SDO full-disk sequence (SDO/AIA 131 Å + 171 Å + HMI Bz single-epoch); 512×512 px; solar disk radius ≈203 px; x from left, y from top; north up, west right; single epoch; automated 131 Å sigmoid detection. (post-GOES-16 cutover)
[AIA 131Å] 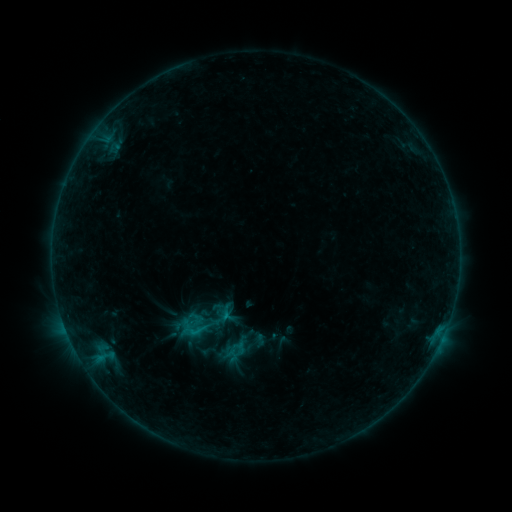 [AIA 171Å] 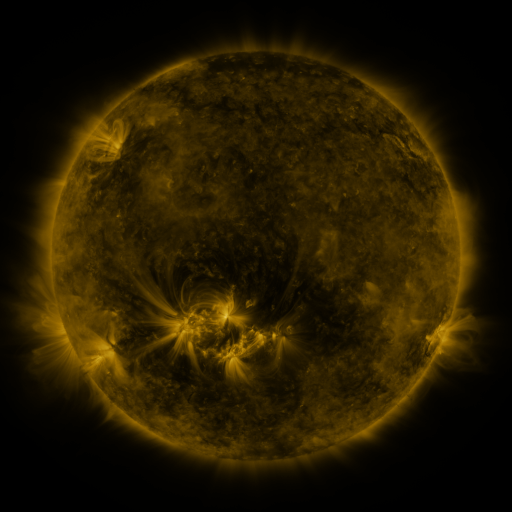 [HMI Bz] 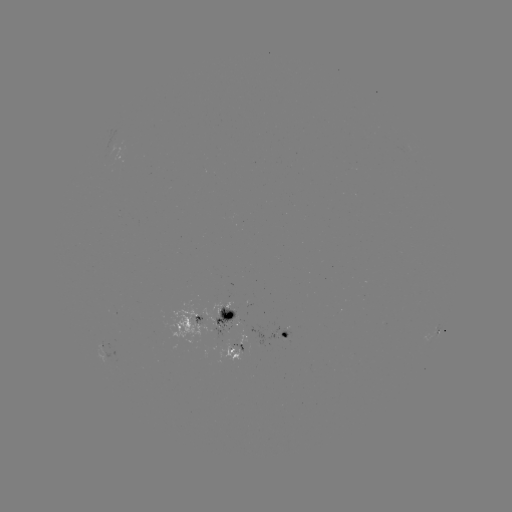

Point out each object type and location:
sigmoid: (174, 313, 213, 345)
